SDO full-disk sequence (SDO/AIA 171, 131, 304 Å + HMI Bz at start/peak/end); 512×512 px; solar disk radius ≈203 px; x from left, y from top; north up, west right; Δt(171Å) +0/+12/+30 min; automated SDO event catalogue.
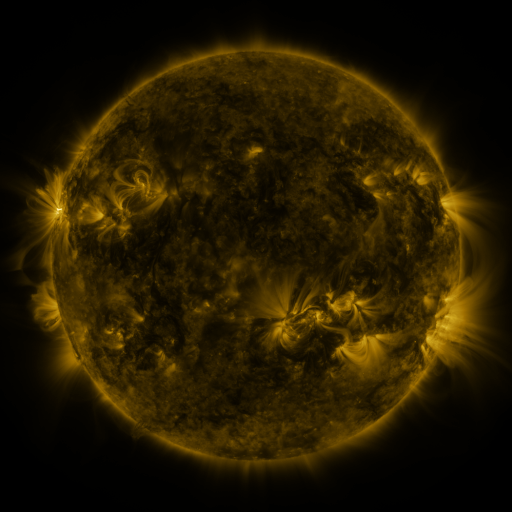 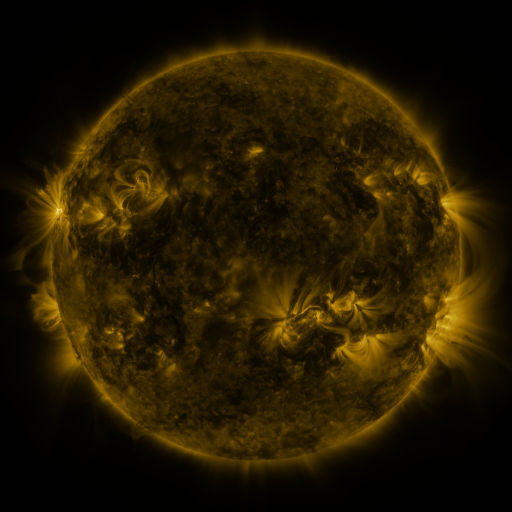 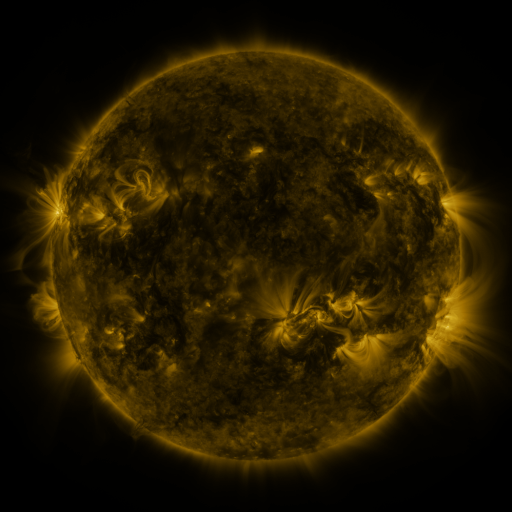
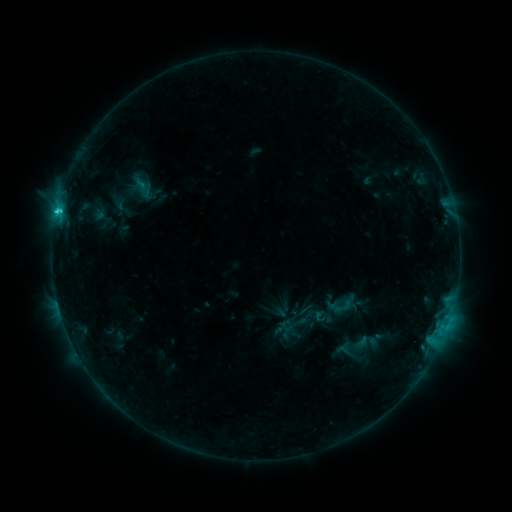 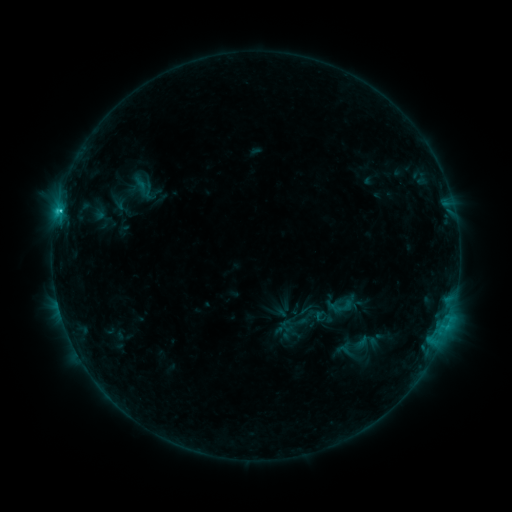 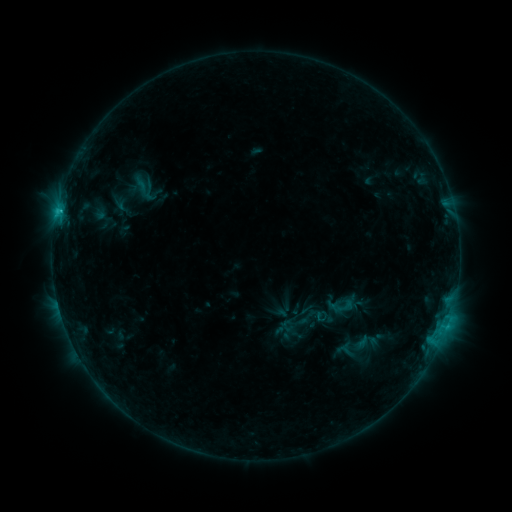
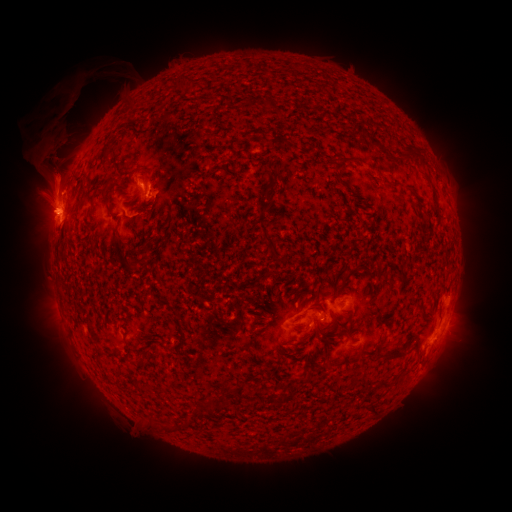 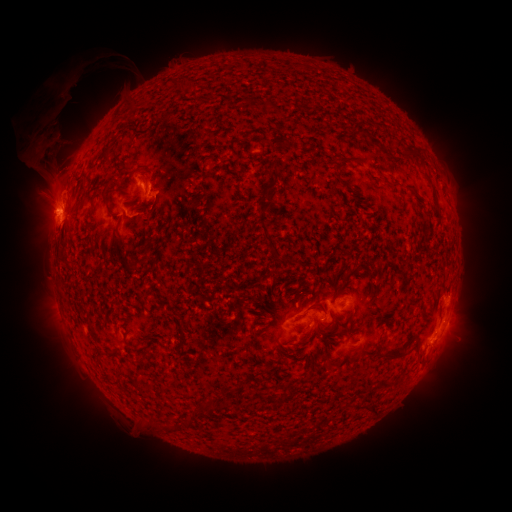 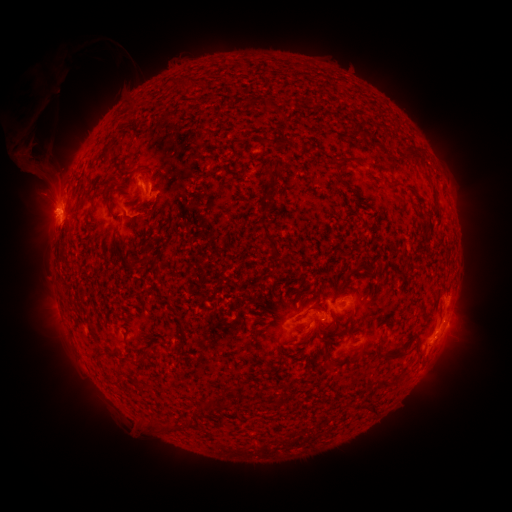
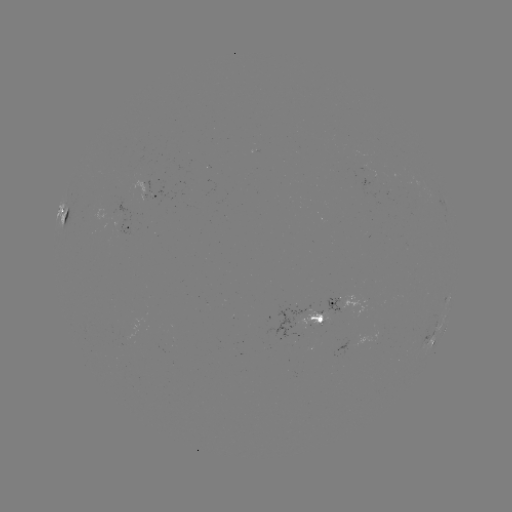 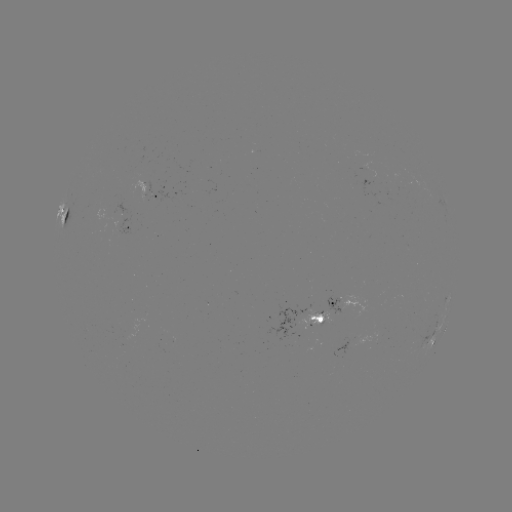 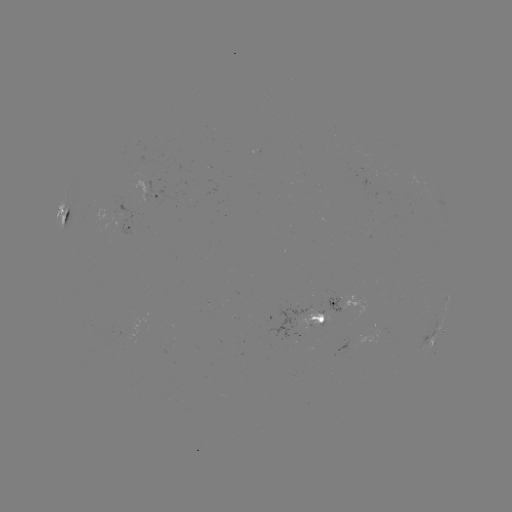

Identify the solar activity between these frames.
eruption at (46, 141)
